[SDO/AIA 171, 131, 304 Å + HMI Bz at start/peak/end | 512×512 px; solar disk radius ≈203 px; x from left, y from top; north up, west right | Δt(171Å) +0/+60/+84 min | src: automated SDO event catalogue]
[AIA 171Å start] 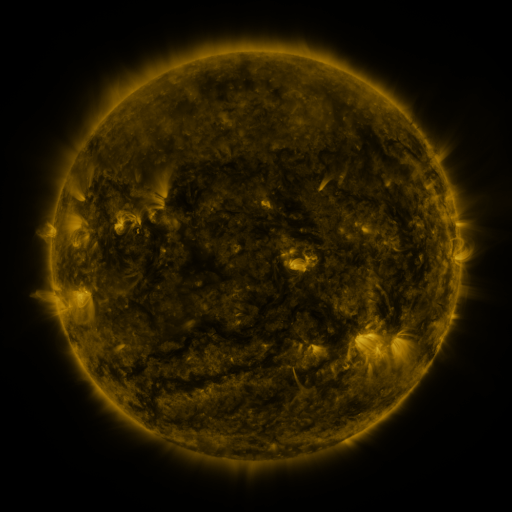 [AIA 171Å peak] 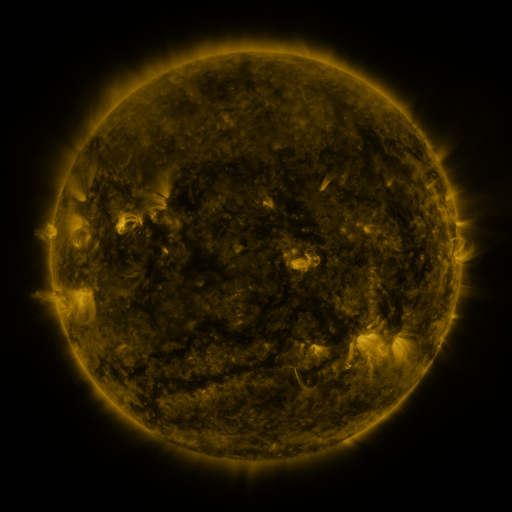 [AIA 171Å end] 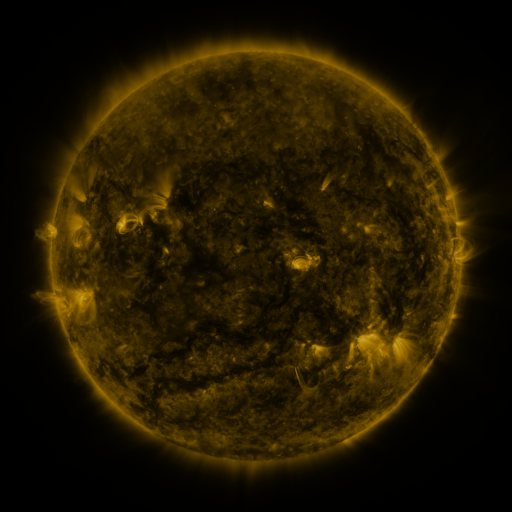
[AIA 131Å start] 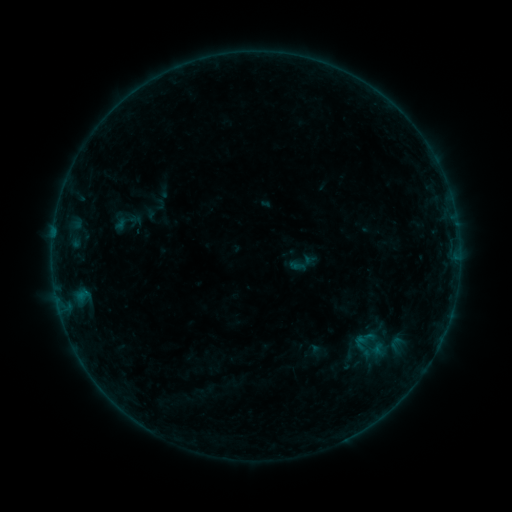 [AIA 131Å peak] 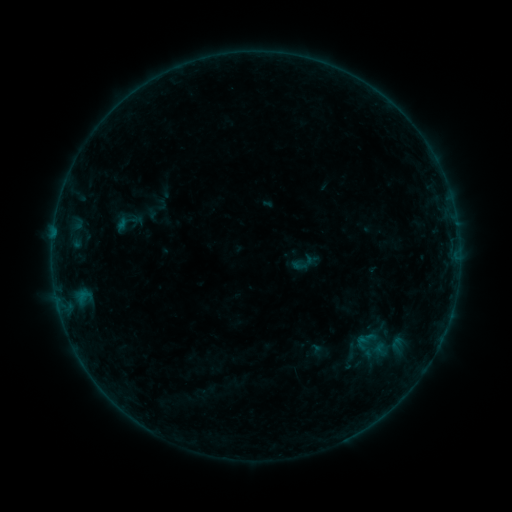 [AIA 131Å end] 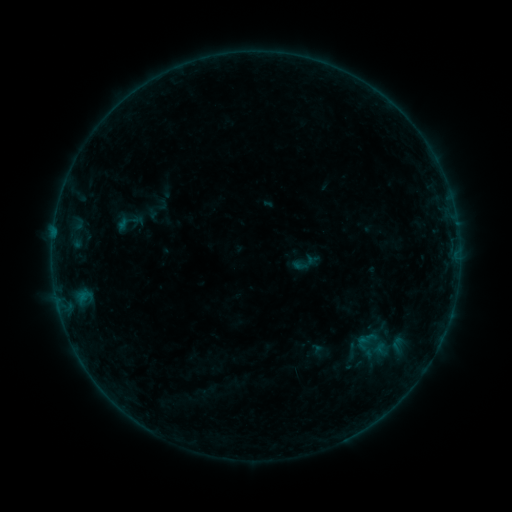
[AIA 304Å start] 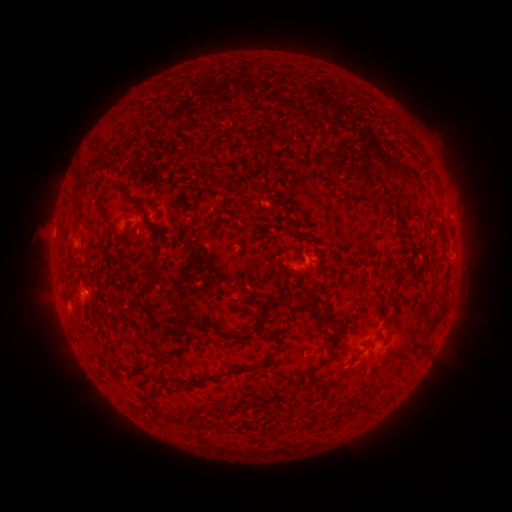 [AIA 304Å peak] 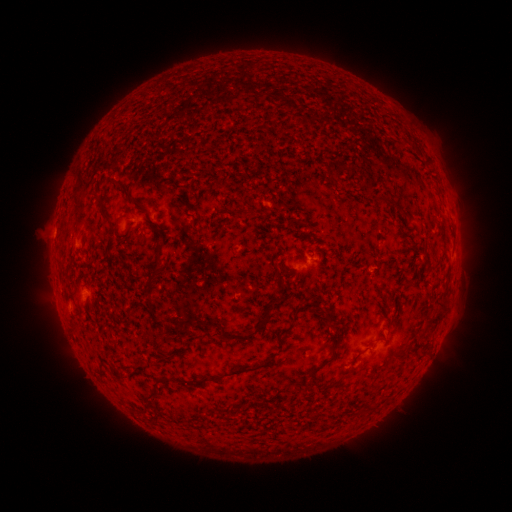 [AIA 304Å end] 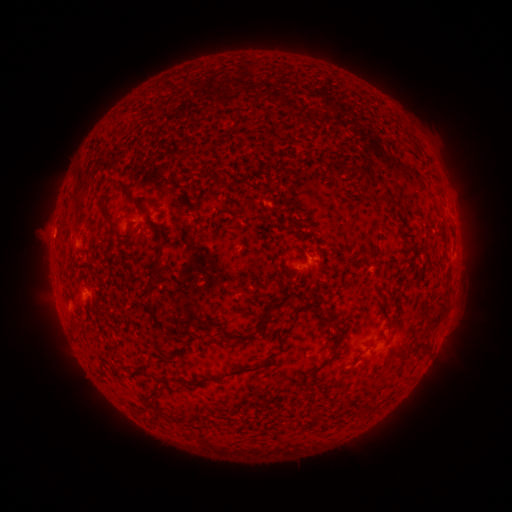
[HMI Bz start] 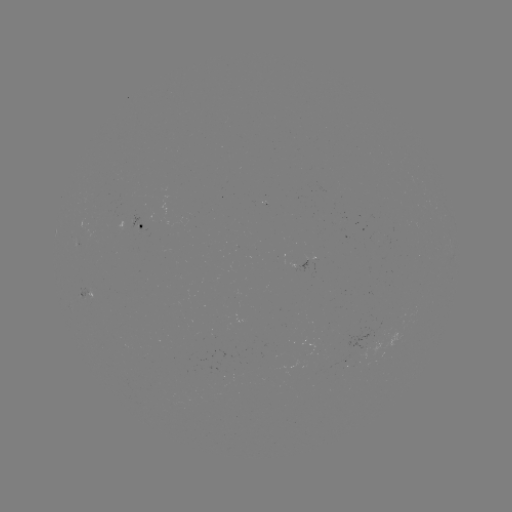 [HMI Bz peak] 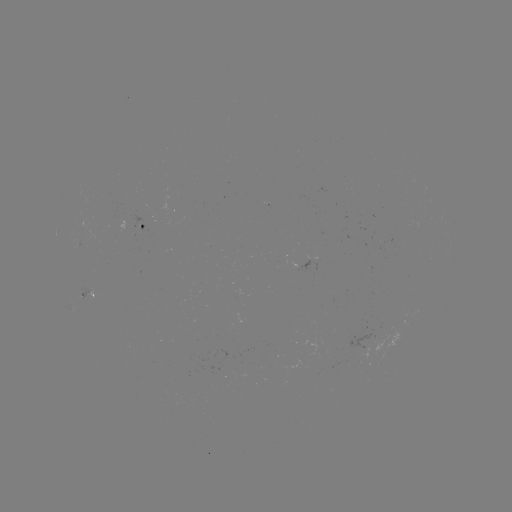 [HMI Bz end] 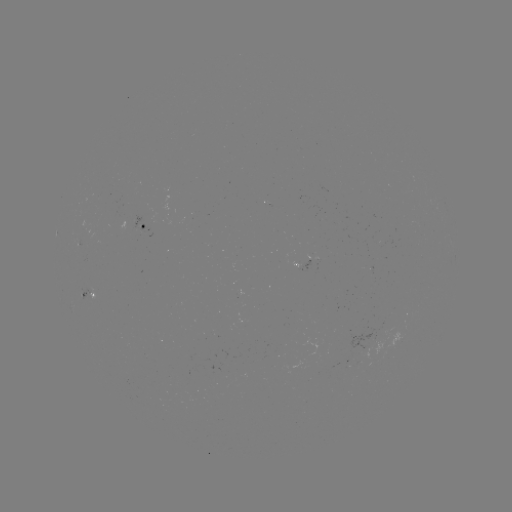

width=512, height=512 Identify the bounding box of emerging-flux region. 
[309, 255, 317, 273].